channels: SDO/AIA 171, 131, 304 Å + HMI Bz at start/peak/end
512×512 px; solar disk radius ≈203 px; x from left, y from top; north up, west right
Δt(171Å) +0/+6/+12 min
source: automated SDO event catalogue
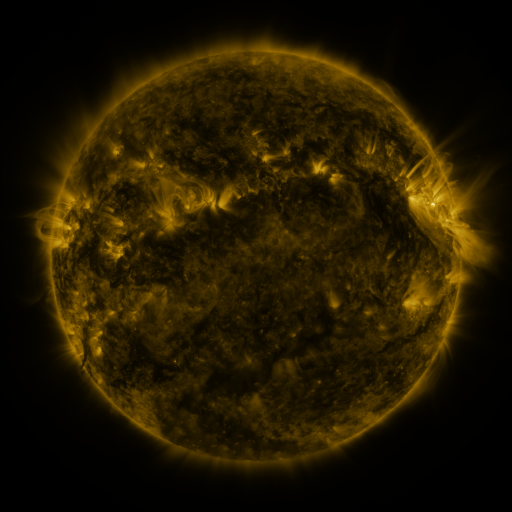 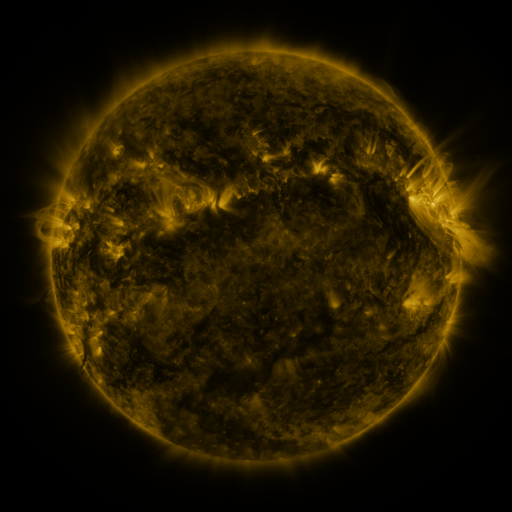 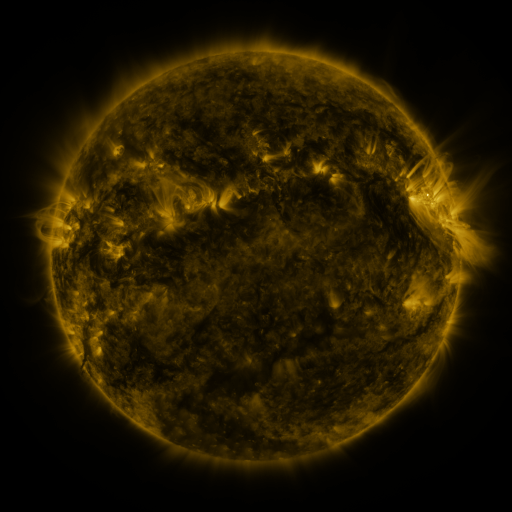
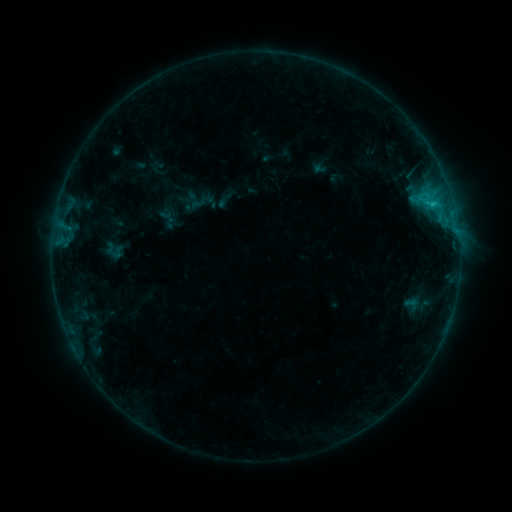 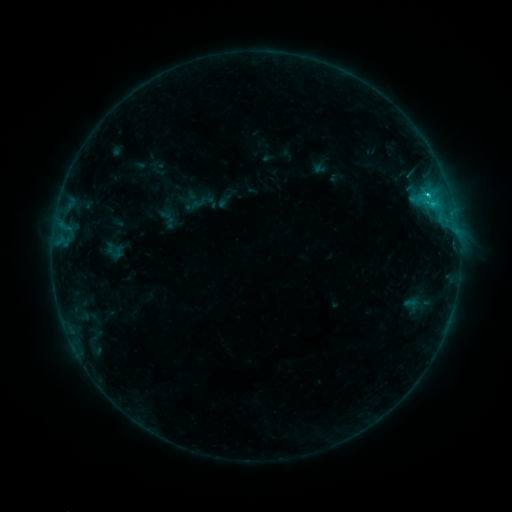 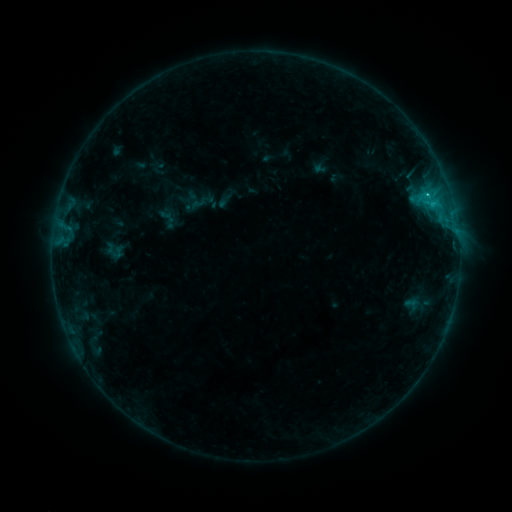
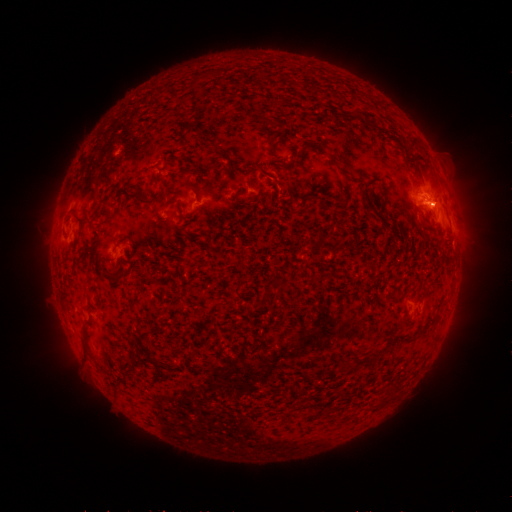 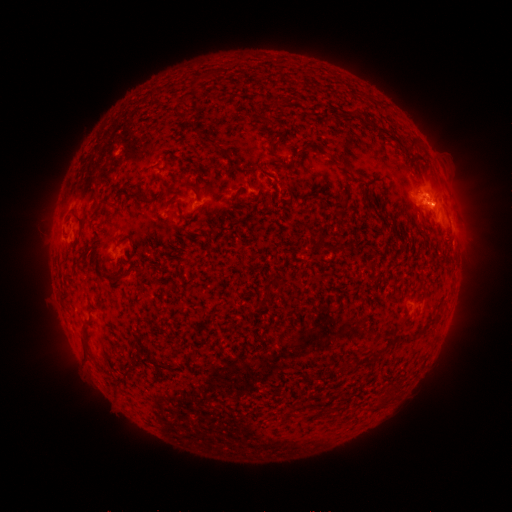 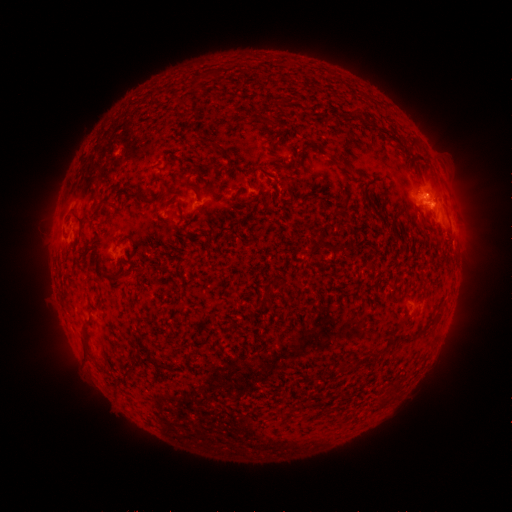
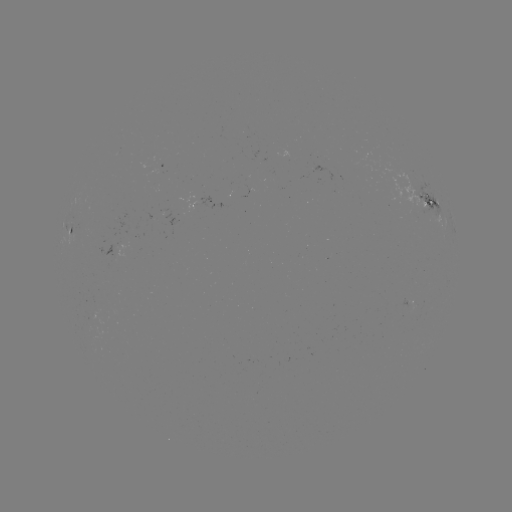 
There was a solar flare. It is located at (427, 195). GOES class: C1.2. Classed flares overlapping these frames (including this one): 1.